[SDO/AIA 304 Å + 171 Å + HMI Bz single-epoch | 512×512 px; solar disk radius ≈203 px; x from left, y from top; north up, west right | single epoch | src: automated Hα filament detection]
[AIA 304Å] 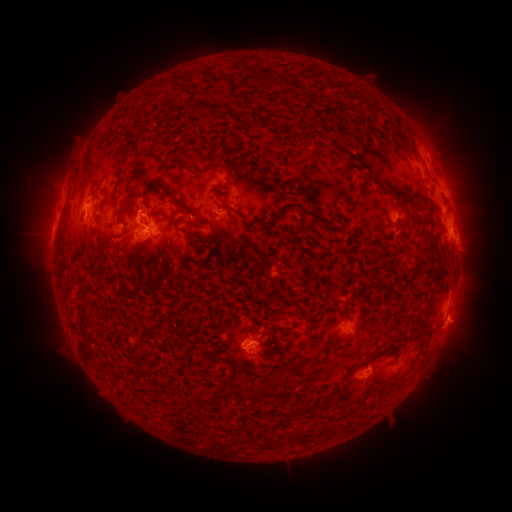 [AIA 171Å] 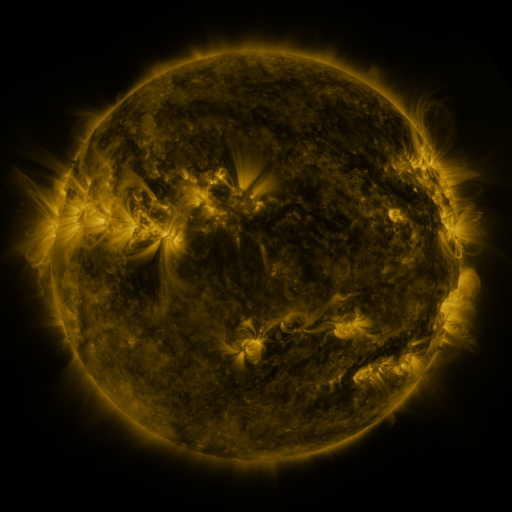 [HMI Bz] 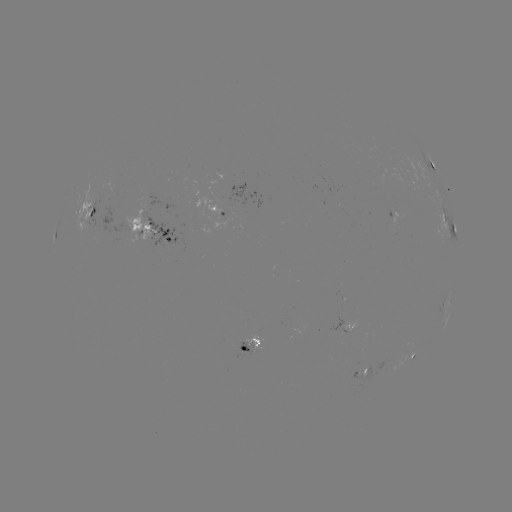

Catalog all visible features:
filament: (314, 76)
filament: (215, 108)
filament: (246, 115)
filament: (123, 153)
filament: (138, 165)
filament: (184, 166)
filament: (119, 180)
filament: (170, 194)
filament: (404, 211)
filament: (122, 213)
filament: (238, 213)
filament: (143, 245)
filament: (429, 249)
filament: (122, 285)
filament: (384, 290)
filament: (344, 338)
filament: (284, 348)
filament: (276, 378)
filament: (200, 399)
filament: (299, 436)
